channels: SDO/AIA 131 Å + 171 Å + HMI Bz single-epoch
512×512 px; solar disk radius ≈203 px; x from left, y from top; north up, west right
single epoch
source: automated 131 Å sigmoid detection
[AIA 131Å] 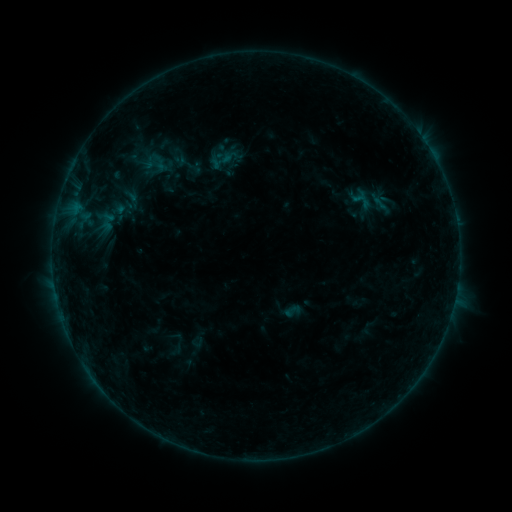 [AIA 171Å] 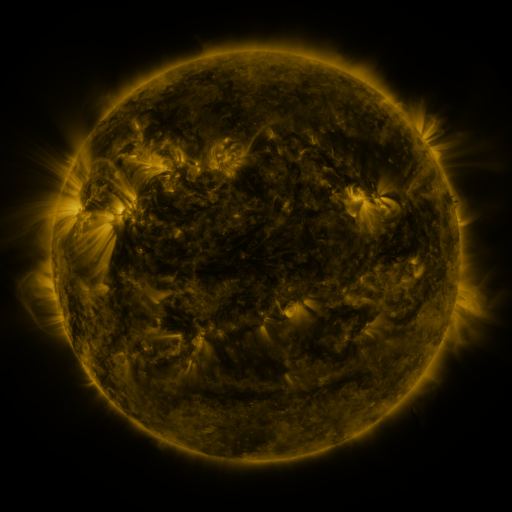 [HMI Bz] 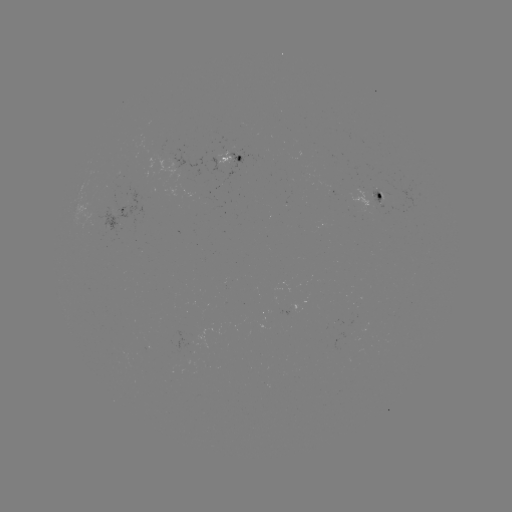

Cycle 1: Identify sigmoid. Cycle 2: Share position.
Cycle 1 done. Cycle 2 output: [292, 311].